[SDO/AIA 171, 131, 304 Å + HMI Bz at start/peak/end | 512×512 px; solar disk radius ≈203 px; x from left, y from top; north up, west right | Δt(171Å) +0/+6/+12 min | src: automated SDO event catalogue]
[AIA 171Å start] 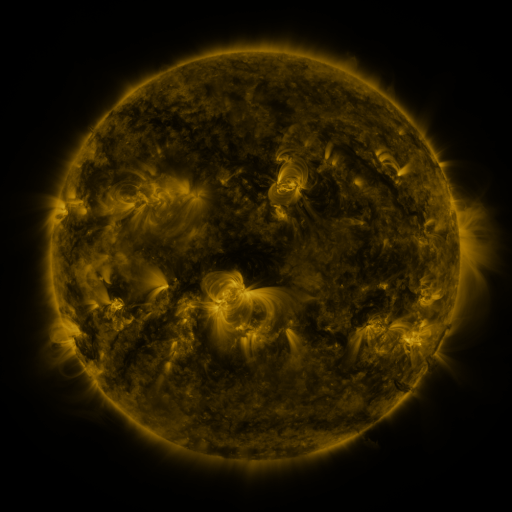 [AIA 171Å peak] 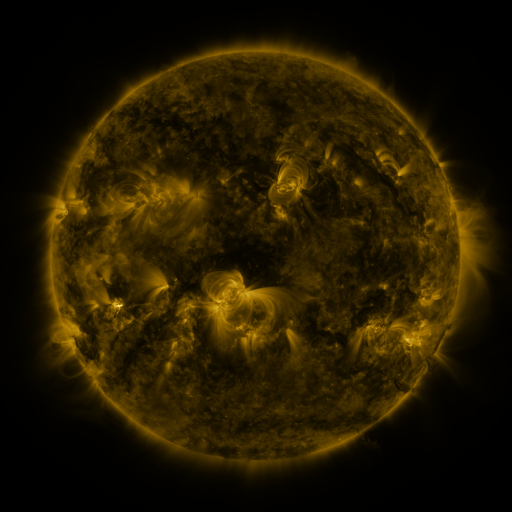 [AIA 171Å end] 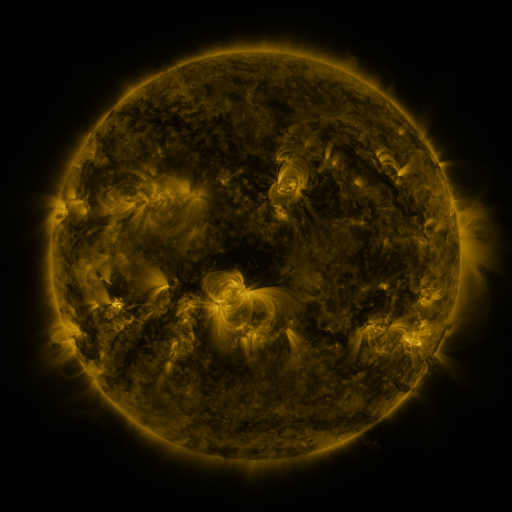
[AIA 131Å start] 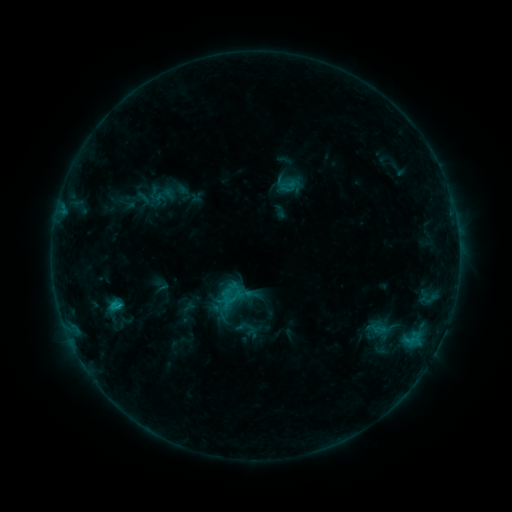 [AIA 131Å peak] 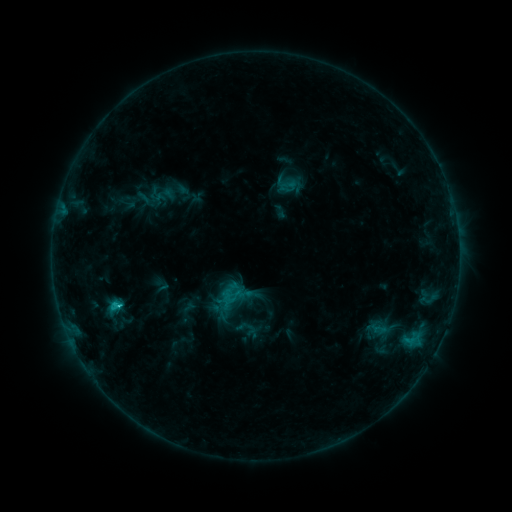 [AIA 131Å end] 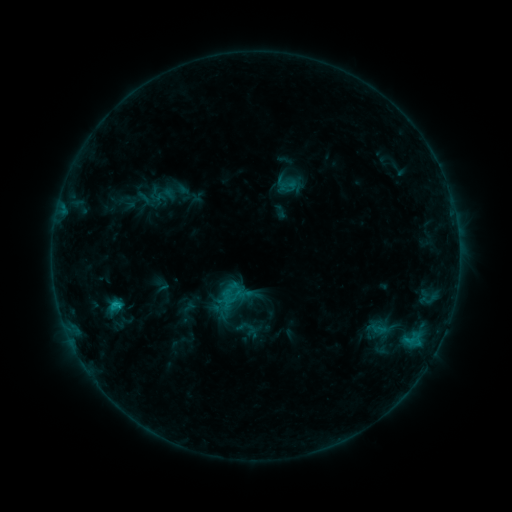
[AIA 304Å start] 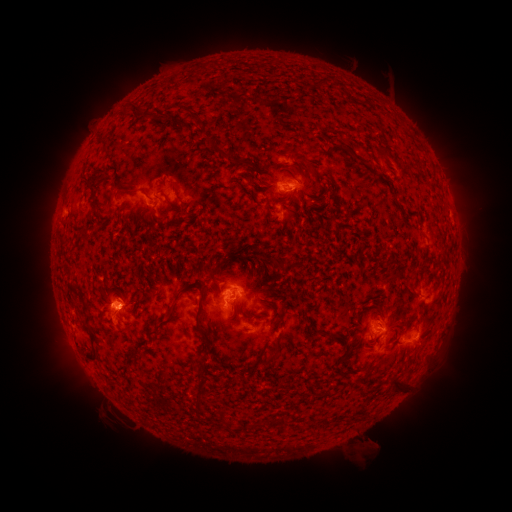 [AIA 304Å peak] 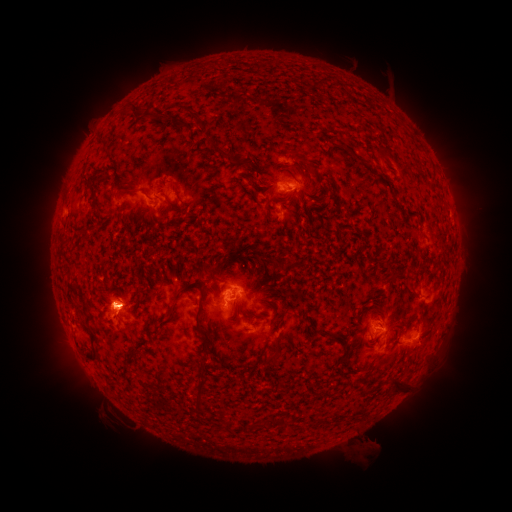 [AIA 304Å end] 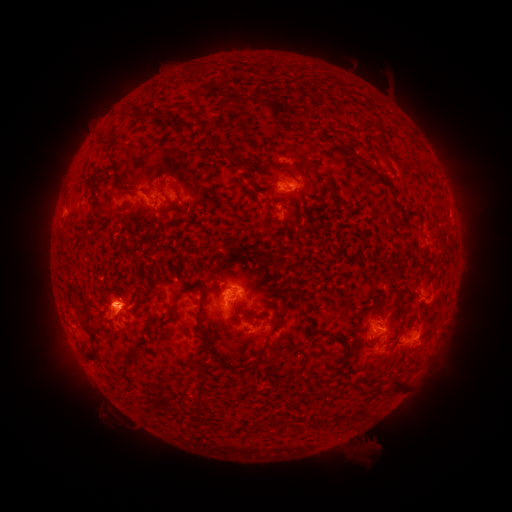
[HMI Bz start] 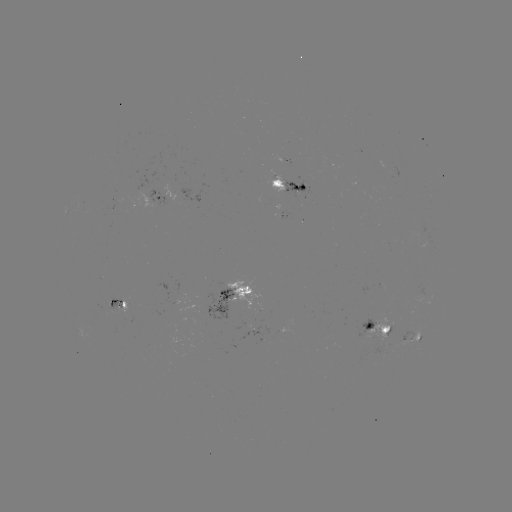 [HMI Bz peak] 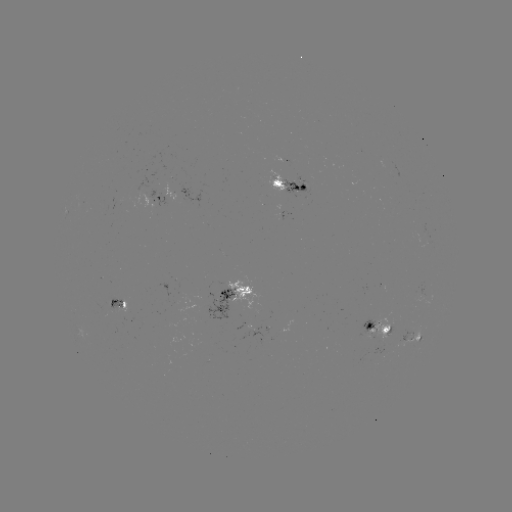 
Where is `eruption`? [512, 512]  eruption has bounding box [76, 263, 150, 343].